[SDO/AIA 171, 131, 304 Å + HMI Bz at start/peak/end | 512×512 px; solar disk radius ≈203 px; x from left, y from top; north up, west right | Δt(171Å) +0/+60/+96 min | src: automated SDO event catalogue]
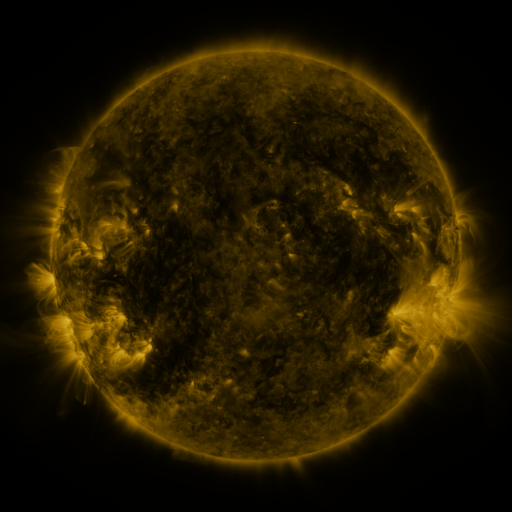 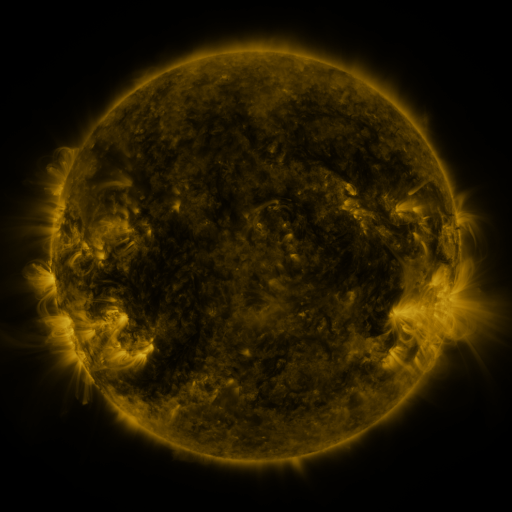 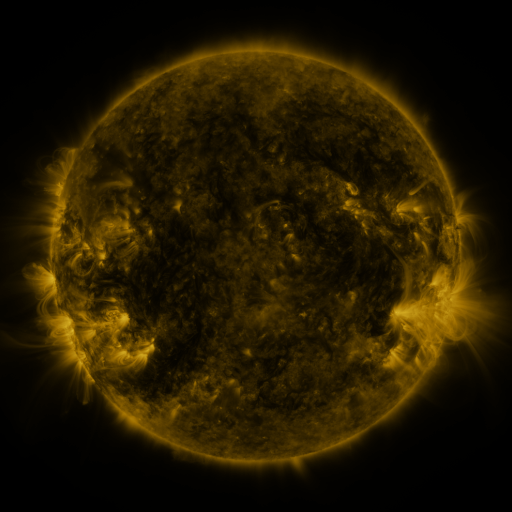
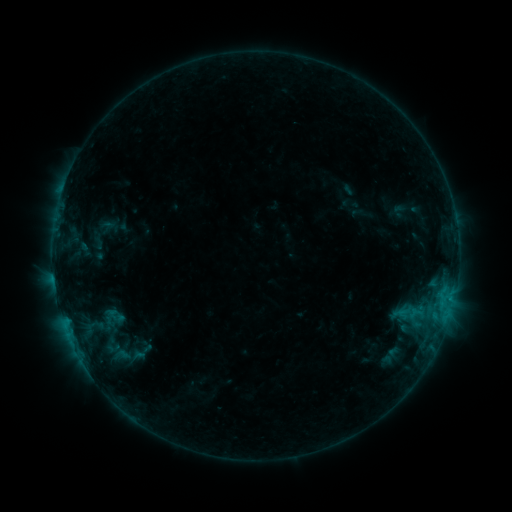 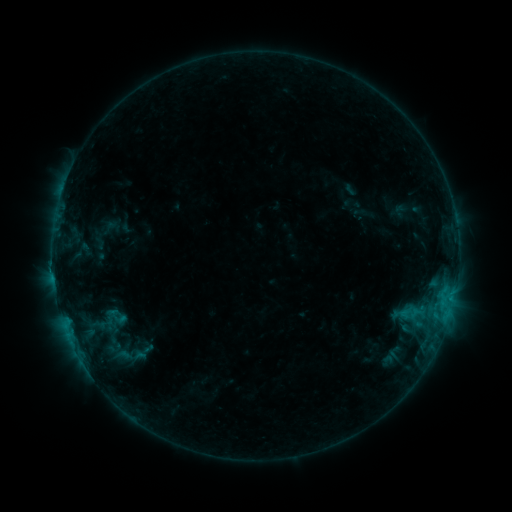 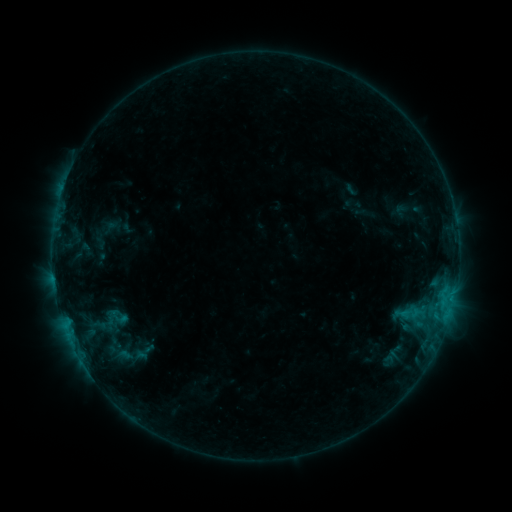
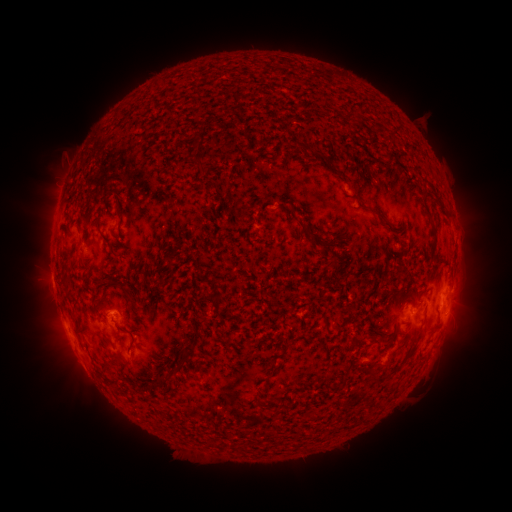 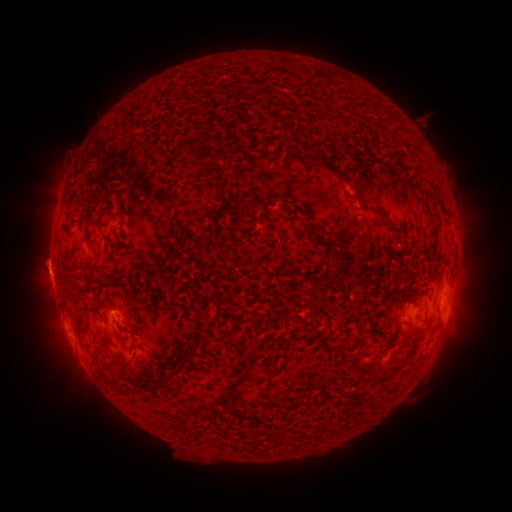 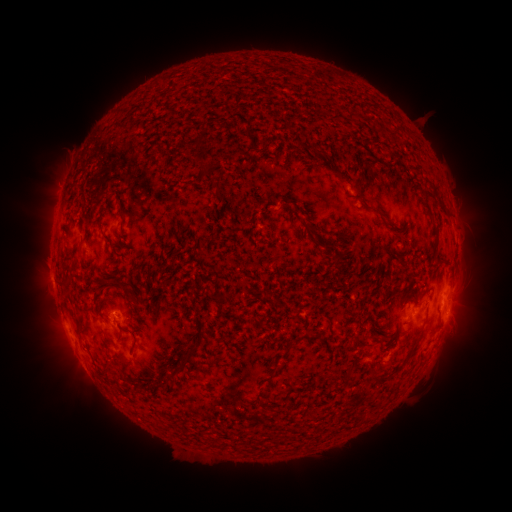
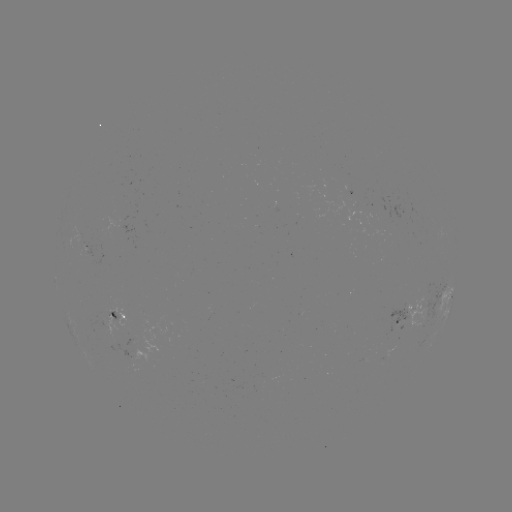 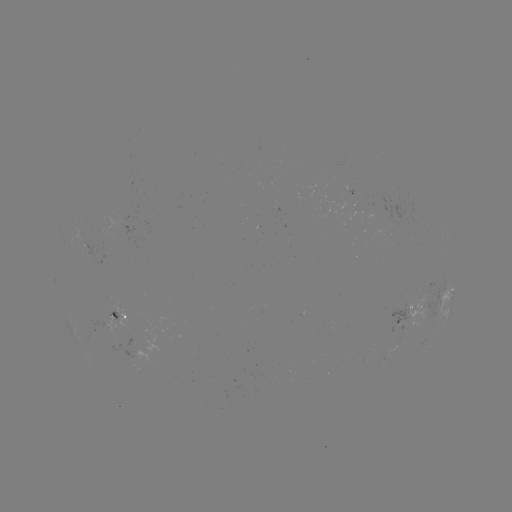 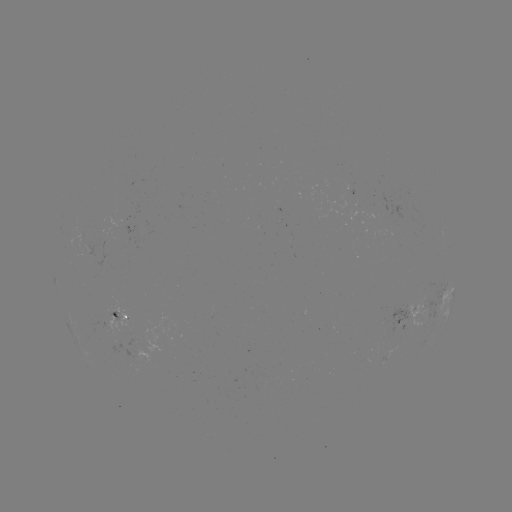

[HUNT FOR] emerging-flux region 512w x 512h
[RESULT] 120,229